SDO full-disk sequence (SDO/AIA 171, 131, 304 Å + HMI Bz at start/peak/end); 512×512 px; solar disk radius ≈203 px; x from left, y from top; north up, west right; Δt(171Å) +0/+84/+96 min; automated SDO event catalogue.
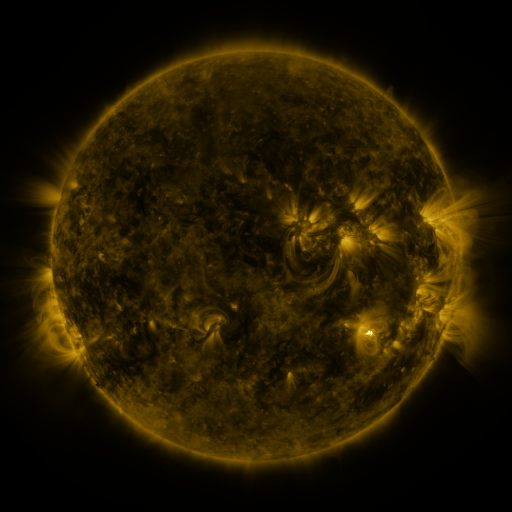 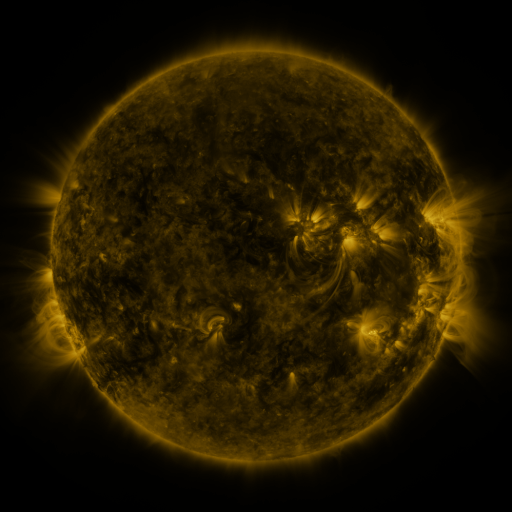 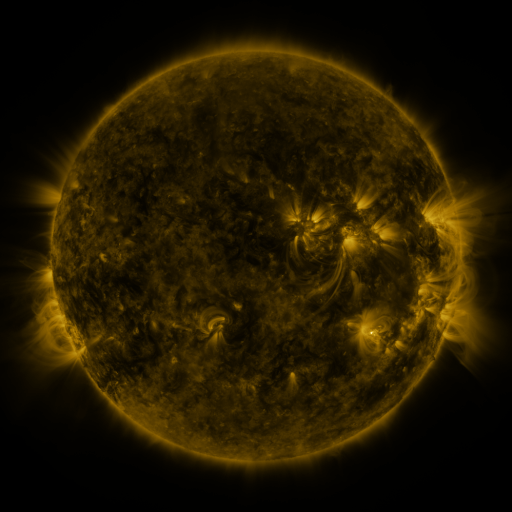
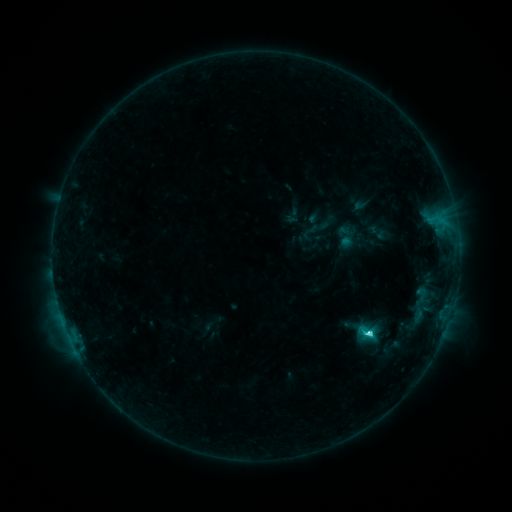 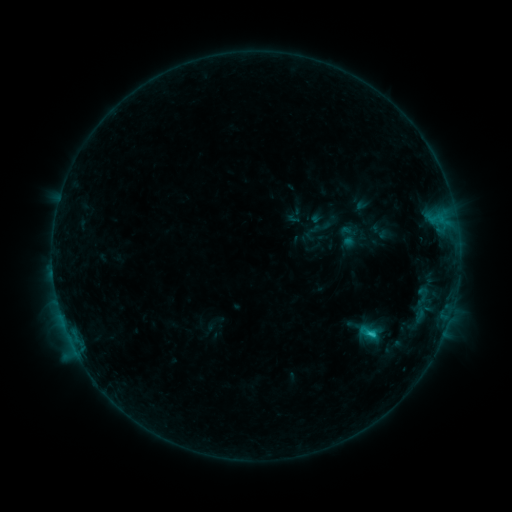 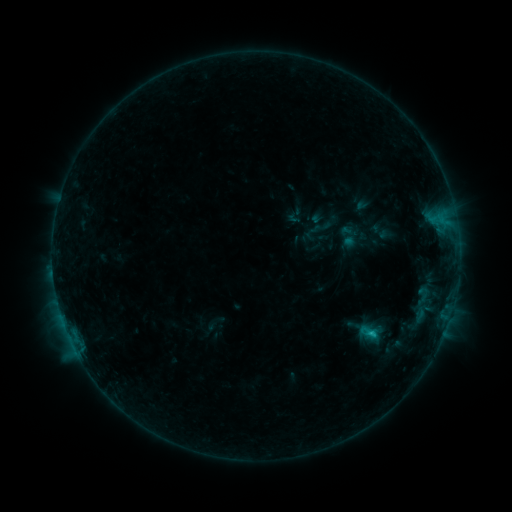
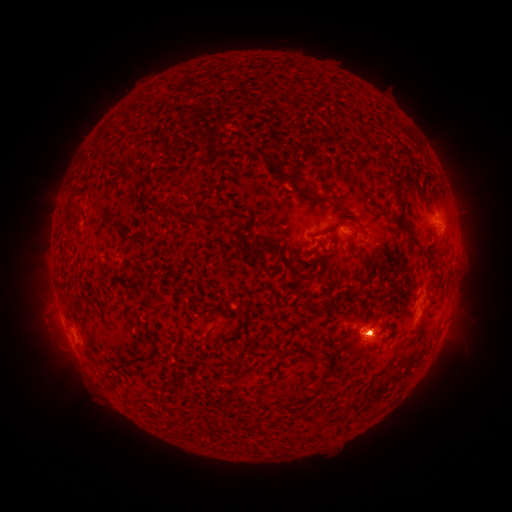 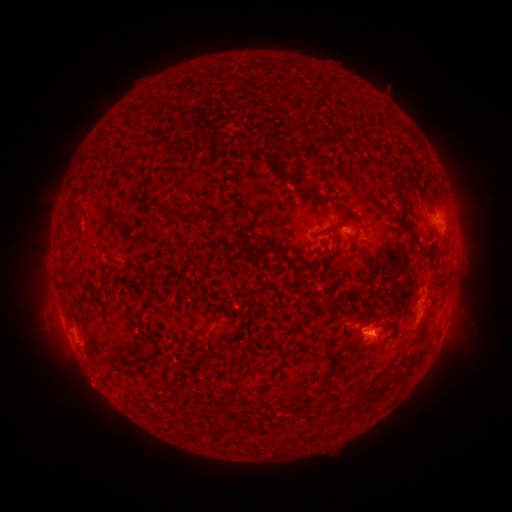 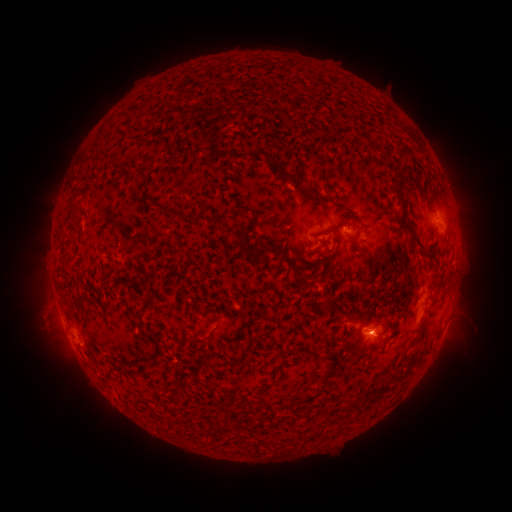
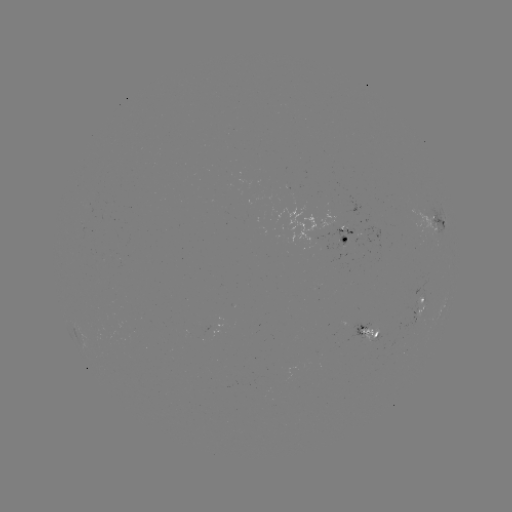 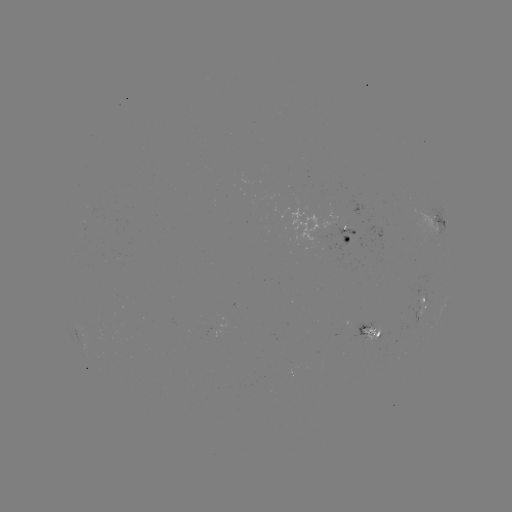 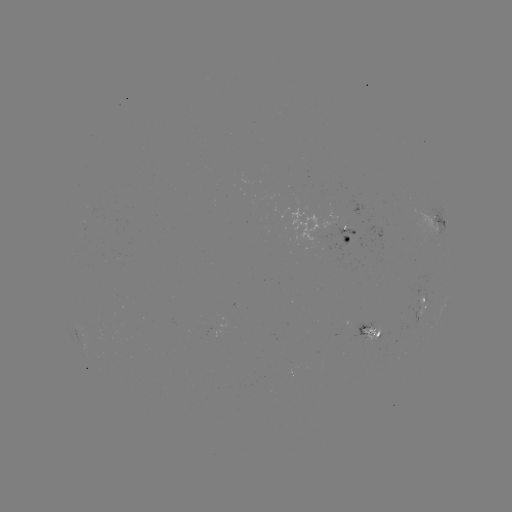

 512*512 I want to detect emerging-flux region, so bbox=[366, 330, 380, 341].